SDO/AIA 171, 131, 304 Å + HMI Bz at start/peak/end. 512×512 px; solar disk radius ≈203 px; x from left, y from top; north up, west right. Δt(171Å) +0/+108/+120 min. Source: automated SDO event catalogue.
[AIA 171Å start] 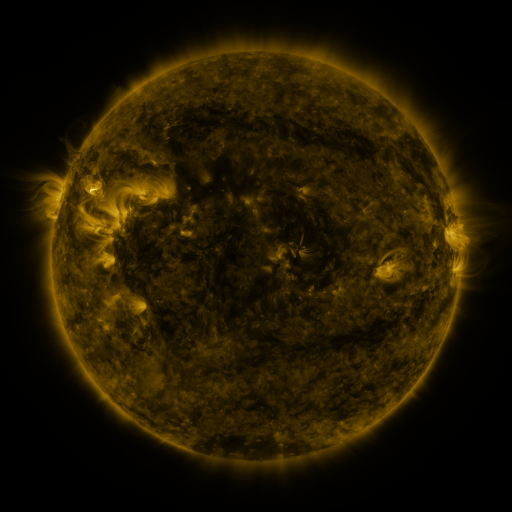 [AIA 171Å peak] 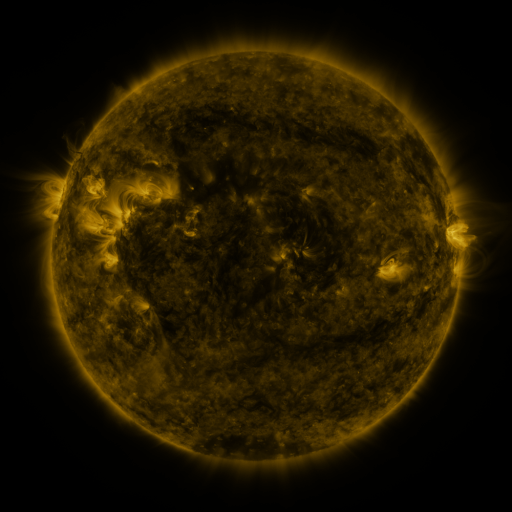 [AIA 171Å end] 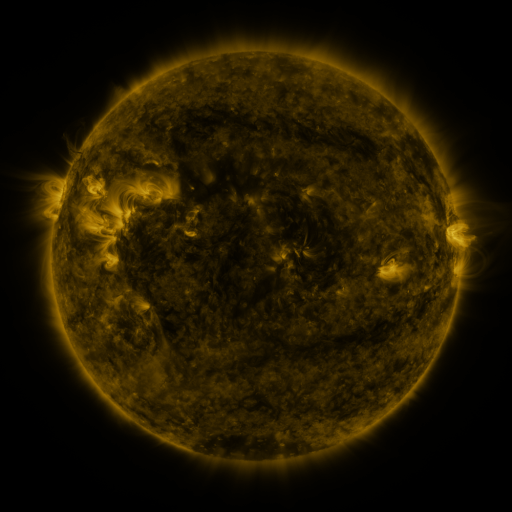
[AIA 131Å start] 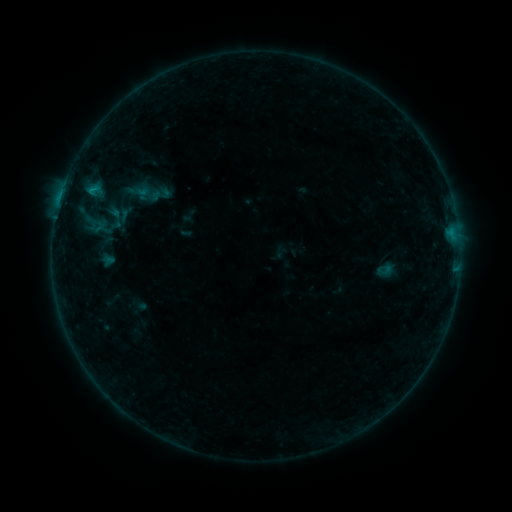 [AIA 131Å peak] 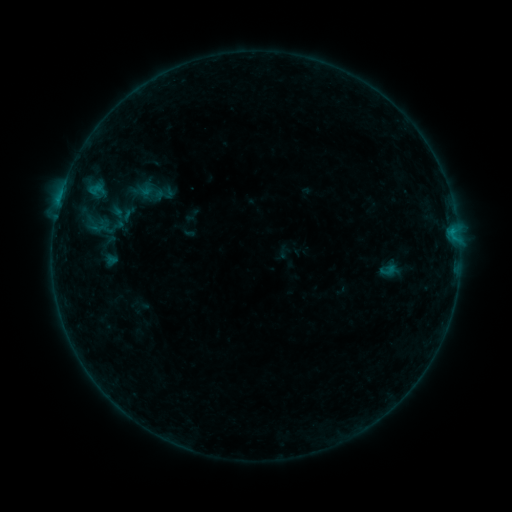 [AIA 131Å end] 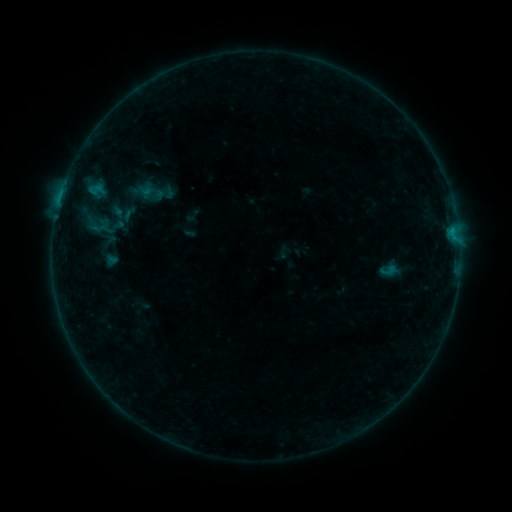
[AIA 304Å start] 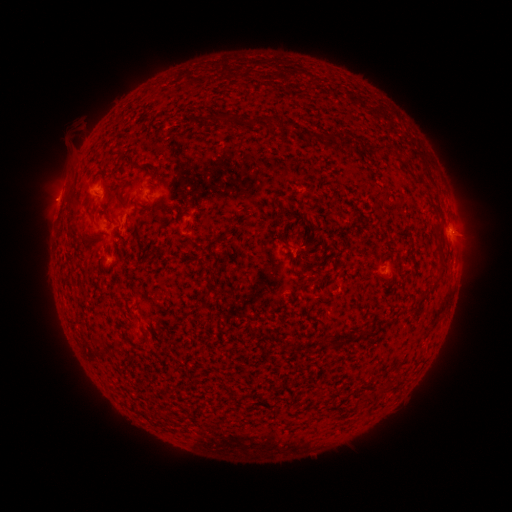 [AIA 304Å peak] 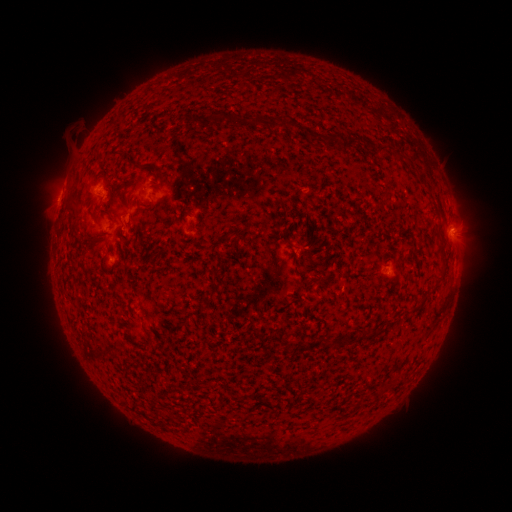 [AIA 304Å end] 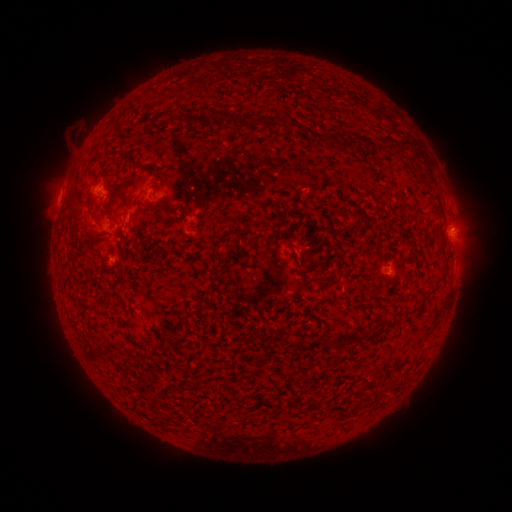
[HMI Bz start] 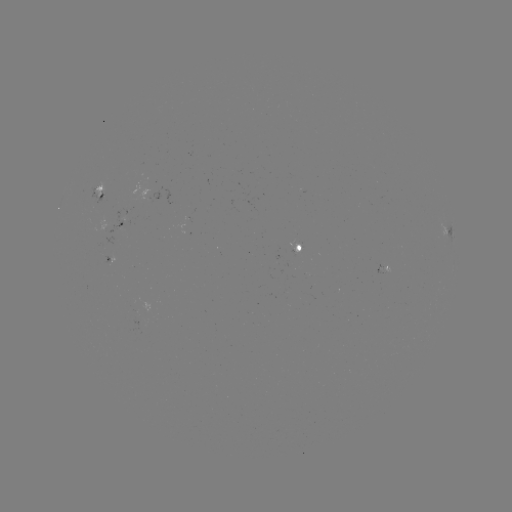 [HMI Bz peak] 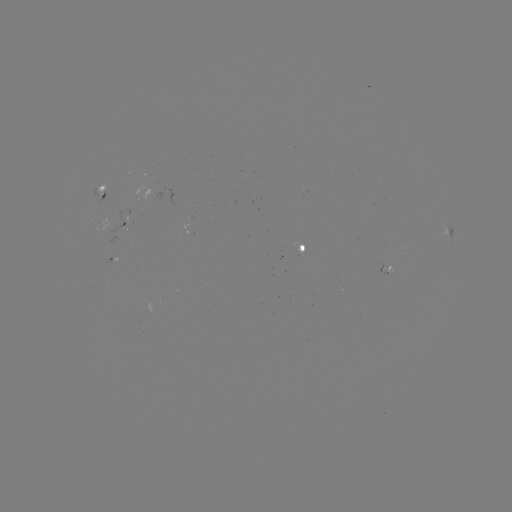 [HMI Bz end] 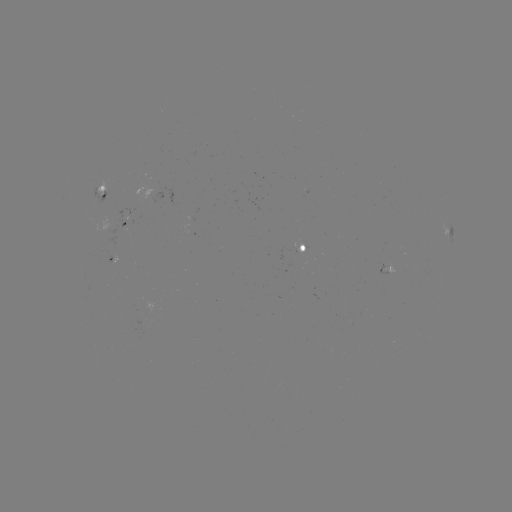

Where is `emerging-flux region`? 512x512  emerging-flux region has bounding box [286, 244, 303, 253].